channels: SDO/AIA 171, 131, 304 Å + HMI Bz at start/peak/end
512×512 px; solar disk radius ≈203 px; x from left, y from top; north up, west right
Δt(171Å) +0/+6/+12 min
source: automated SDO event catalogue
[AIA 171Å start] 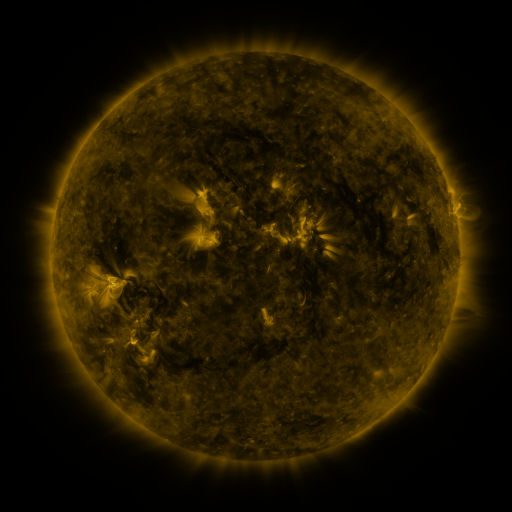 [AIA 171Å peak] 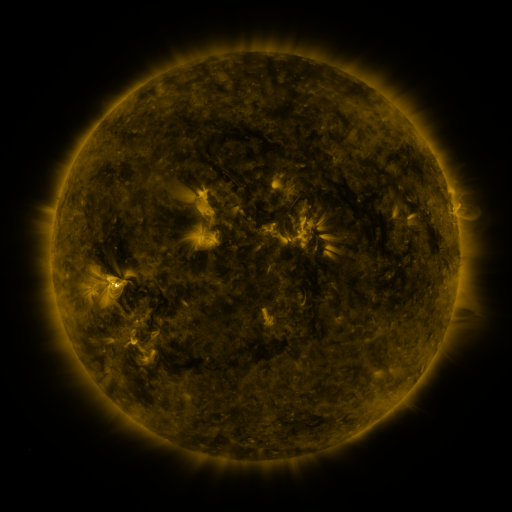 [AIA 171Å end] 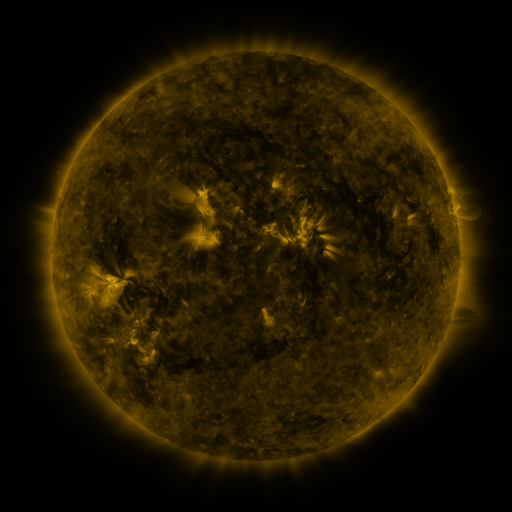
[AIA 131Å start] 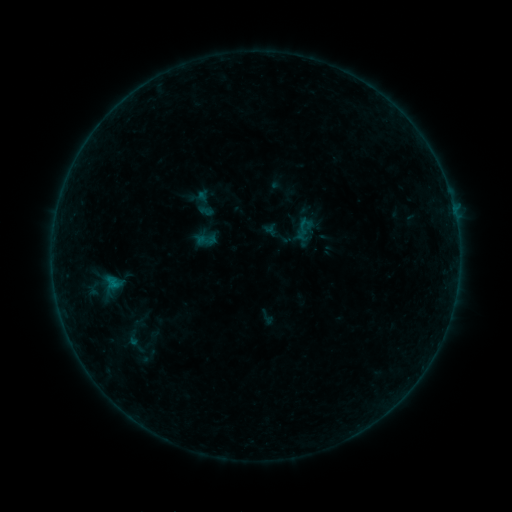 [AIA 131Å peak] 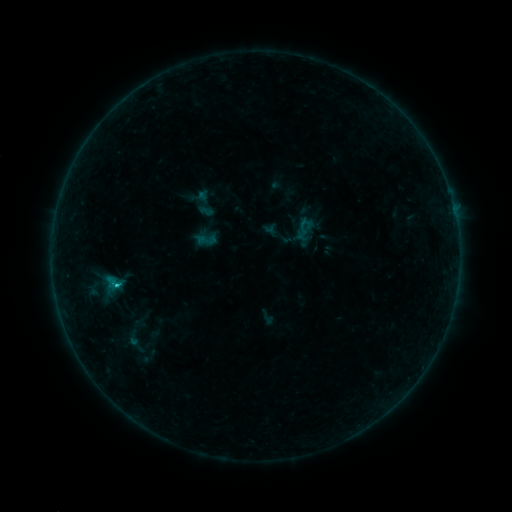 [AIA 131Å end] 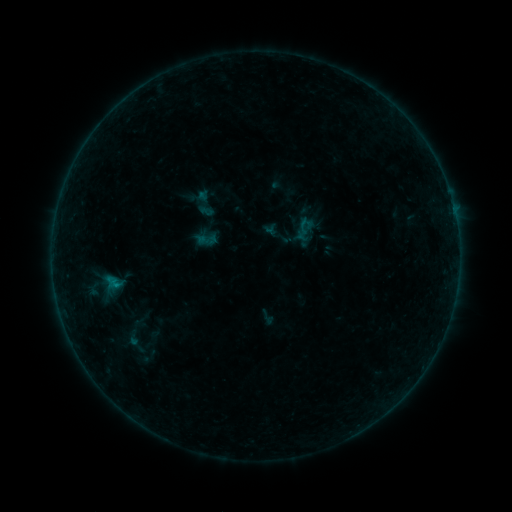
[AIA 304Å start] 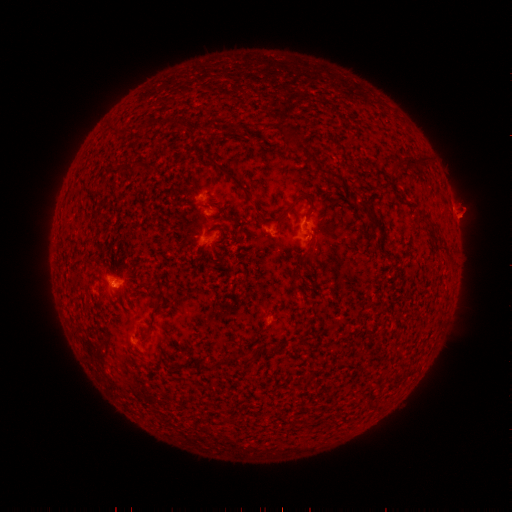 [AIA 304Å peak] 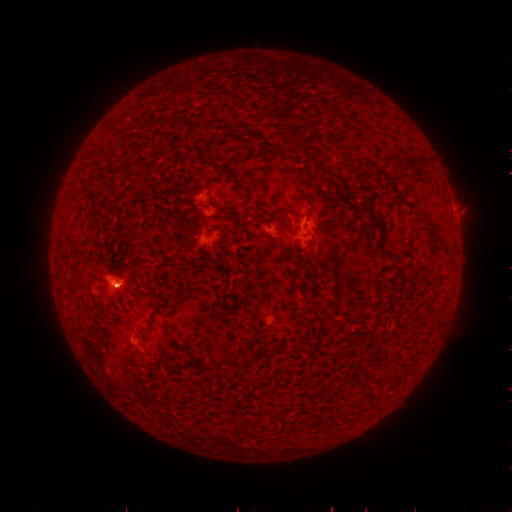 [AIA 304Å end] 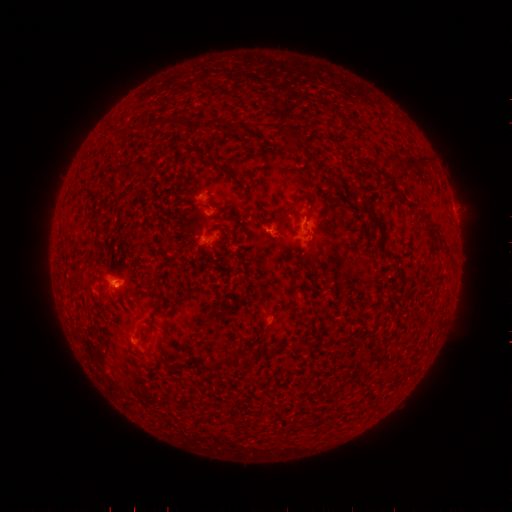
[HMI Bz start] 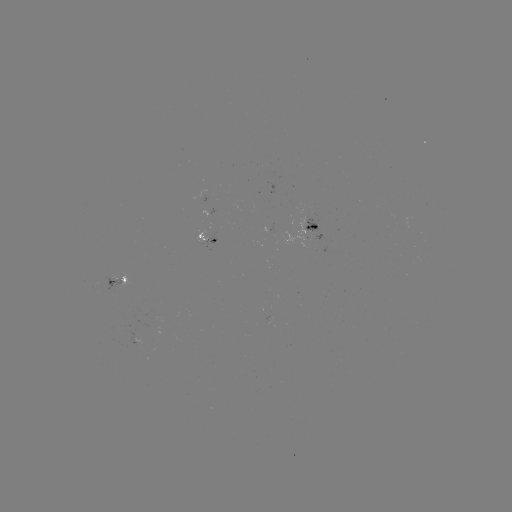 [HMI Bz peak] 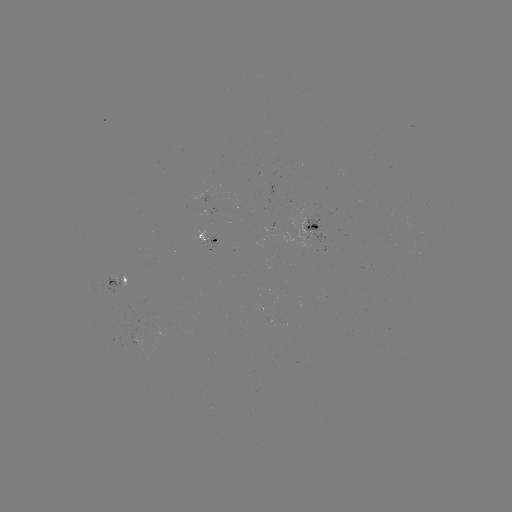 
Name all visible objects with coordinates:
B4.0 flare: (118, 283)
